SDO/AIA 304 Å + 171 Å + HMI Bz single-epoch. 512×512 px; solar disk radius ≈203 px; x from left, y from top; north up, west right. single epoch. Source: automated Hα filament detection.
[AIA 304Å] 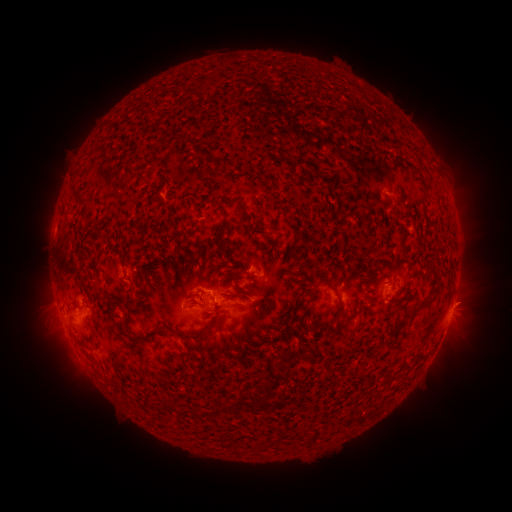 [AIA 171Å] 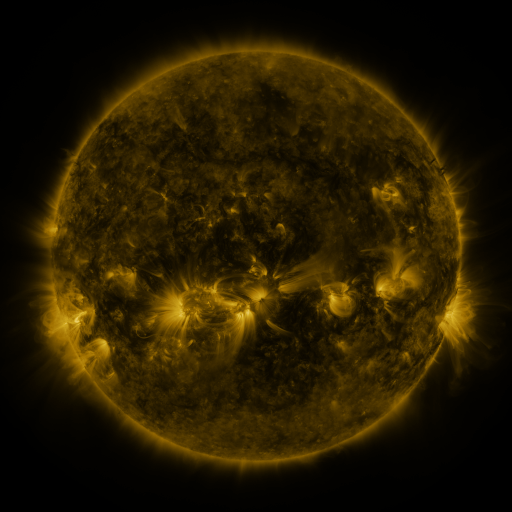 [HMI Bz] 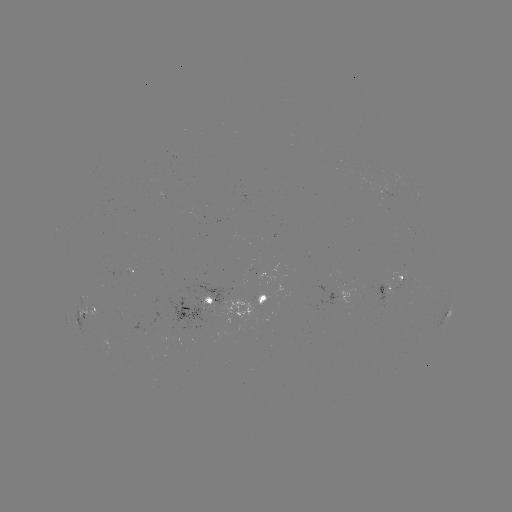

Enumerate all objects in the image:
filament: (305, 121)
filament: (180, 139)
filament: (285, 168)
filament: (258, 175)
filament: (300, 183)
filament: (265, 185)
filament: (224, 186)
filament: (264, 198)
filament: (81, 202)
filament: (204, 204)
filament: (246, 220)
filament: (297, 221)
filament: (173, 227)
filament: (235, 227)
filament: (258, 231)
filament: (191, 238)
filament: (211, 238)
filament: (331, 238)
filament: (115, 245)
filament: (226, 245)
filament: (170, 252)
filament: (236, 265)
filament: (325, 278)
filament: (290, 281)
filament: (144, 286)
filament: (180, 286)
filament: (251, 288)
filament: (302, 296)
filament: (281, 298)
filament: (144, 301)
filament: (420, 306)
filament: (133, 314)
filament: (292, 315)
filament: (360, 318)
filament: (114, 320)
filament: (215, 320)
filament: (344, 322)
filament: (158, 333)
filament: (197, 335)
filament: (139, 352)
filament: (293, 355)
filament: (170, 406)
filament: (231, 406)
